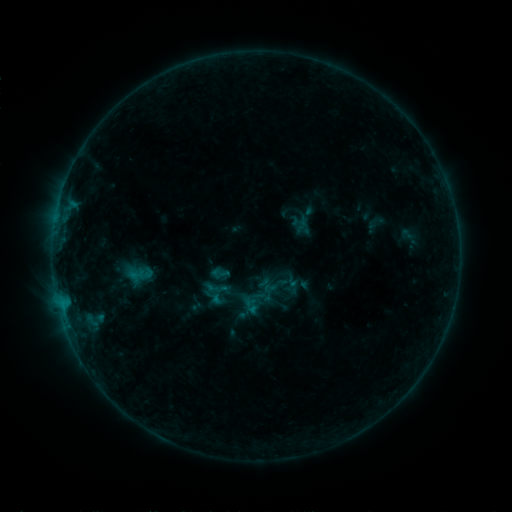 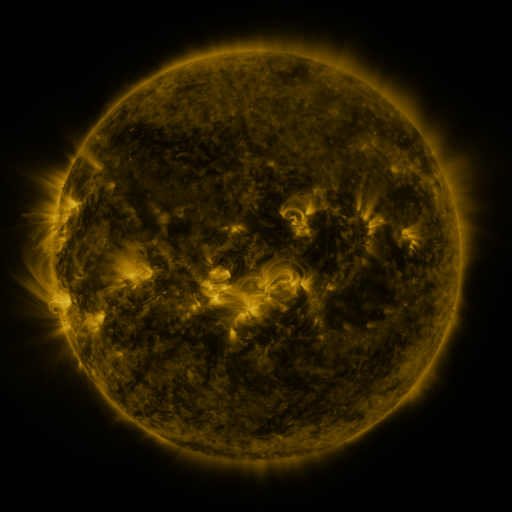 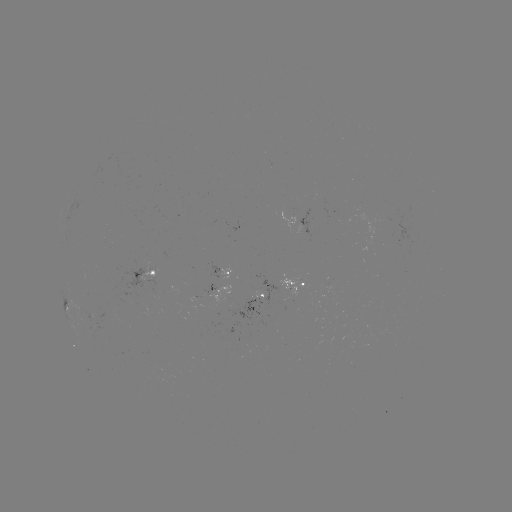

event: sigmoid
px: (220, 273)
